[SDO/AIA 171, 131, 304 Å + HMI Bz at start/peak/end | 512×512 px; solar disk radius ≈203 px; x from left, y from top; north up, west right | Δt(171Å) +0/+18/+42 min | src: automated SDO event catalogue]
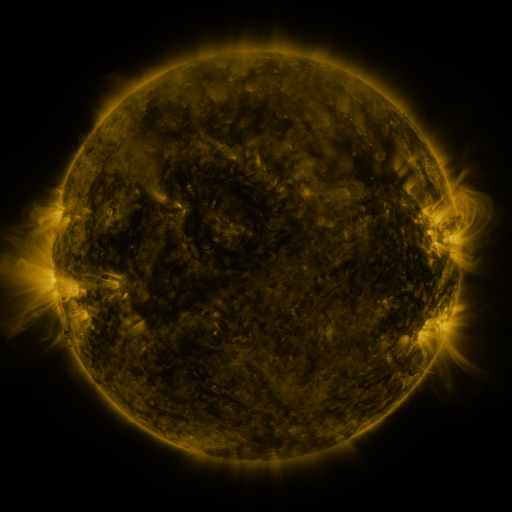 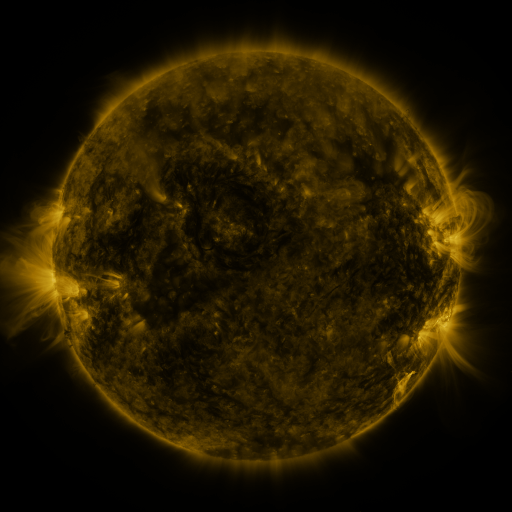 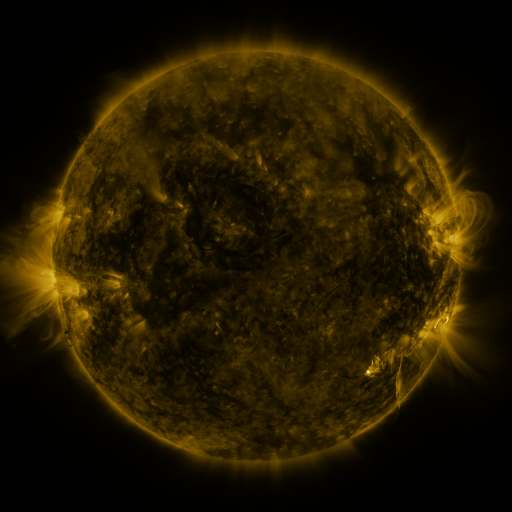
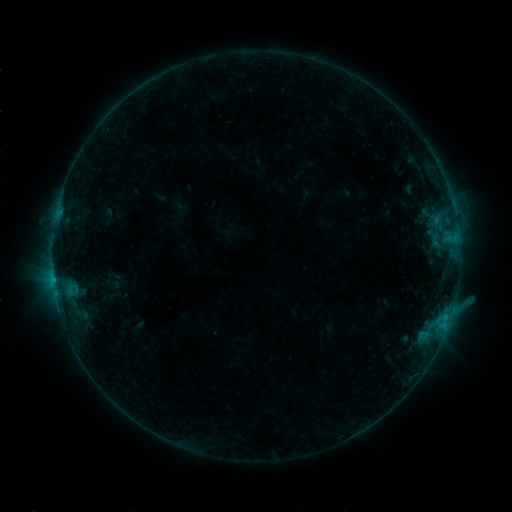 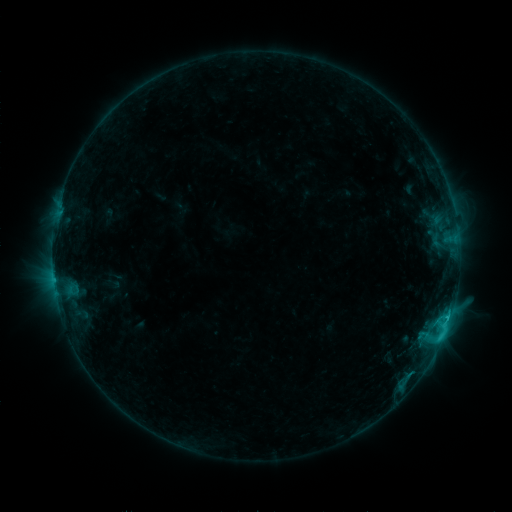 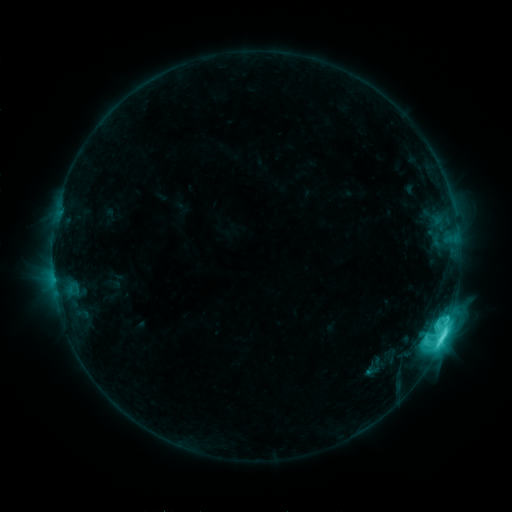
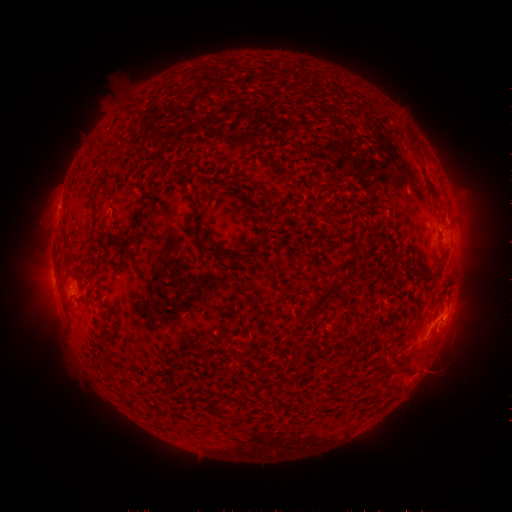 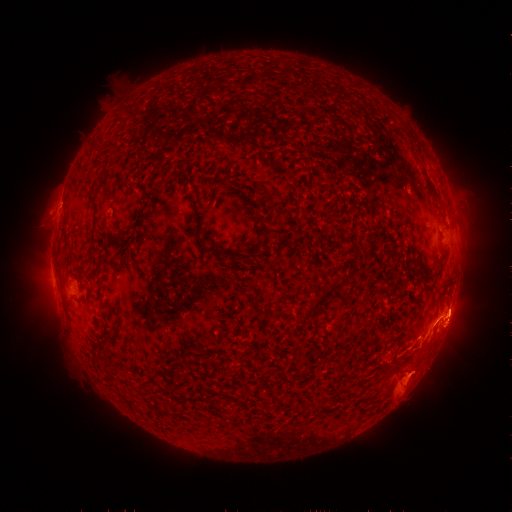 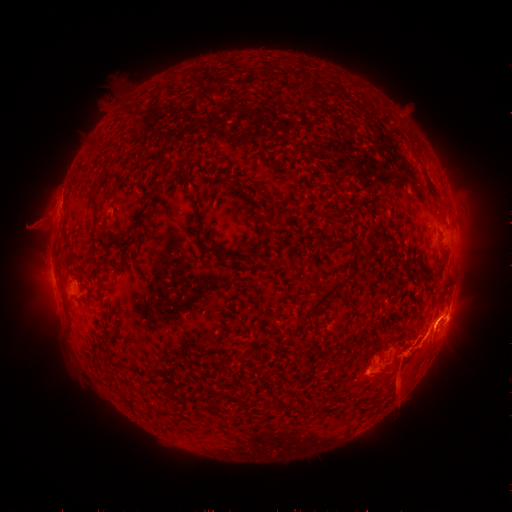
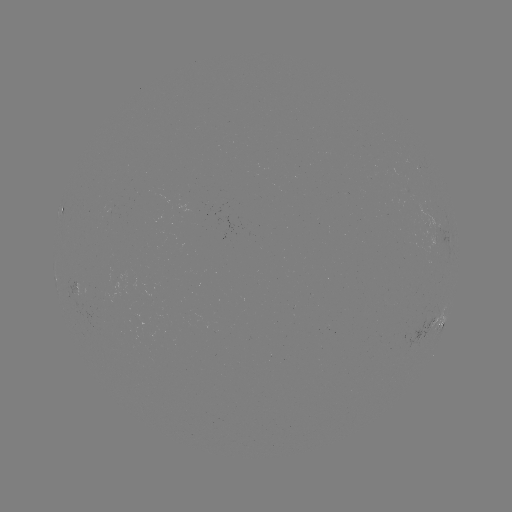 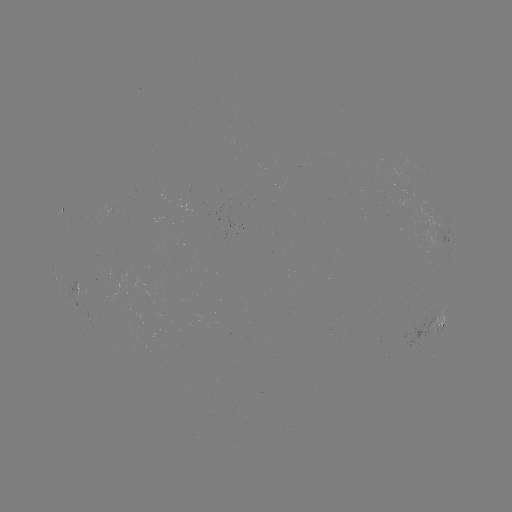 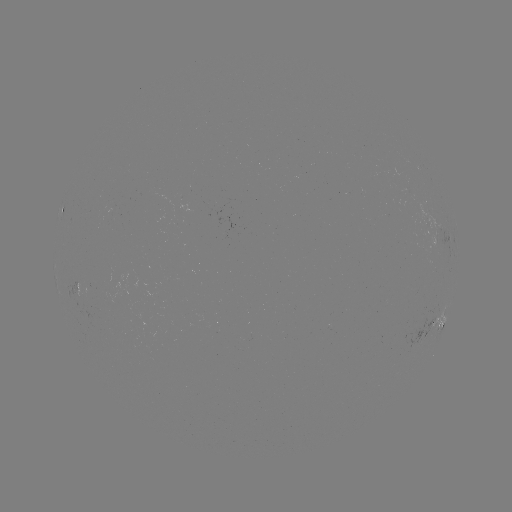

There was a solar eruption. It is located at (406, 376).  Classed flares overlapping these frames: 1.